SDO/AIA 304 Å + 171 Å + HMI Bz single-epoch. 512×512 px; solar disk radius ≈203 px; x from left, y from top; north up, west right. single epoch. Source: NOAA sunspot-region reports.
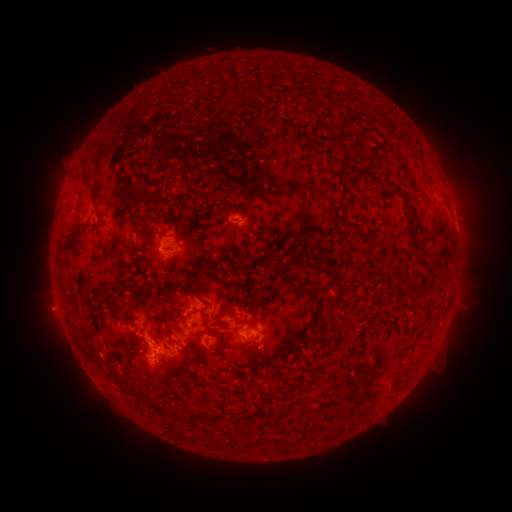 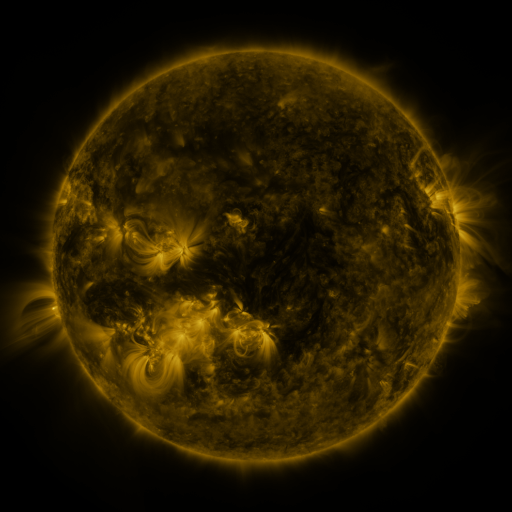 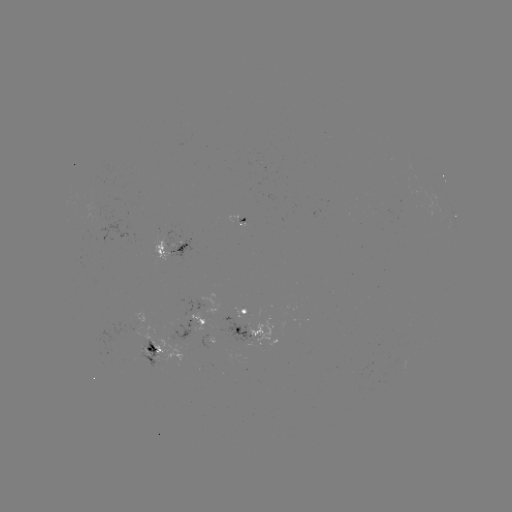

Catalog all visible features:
spotted active region: (238, 222)
spotted active region: (173, 250)
spotted active region: (249, 313)
spotted active region: (202, 327)
spotted active region: (249, 337)
spotted active region: (153, 349)
